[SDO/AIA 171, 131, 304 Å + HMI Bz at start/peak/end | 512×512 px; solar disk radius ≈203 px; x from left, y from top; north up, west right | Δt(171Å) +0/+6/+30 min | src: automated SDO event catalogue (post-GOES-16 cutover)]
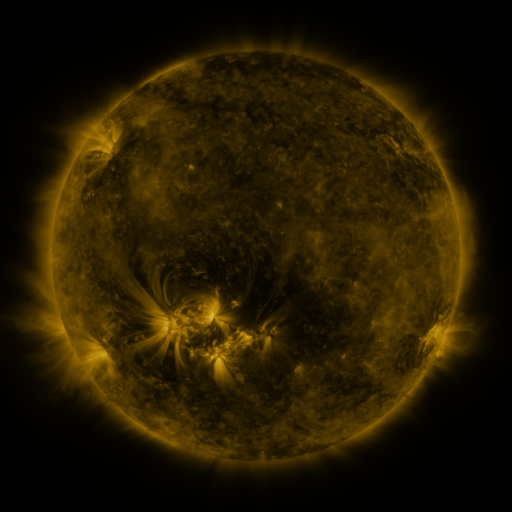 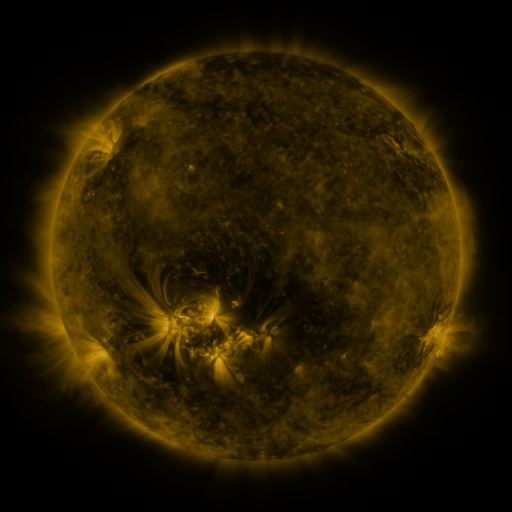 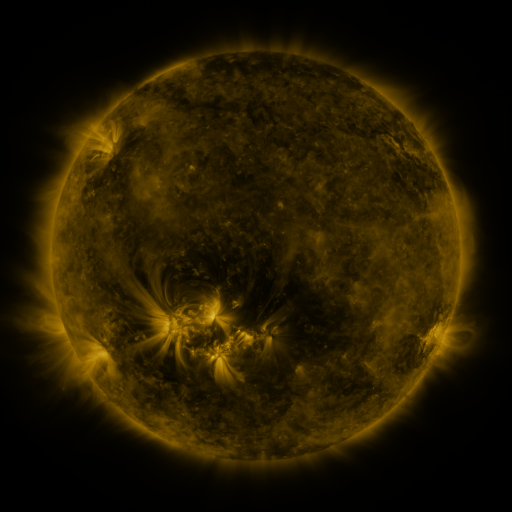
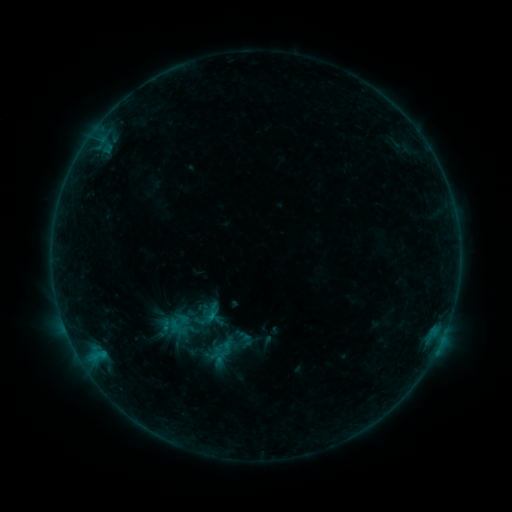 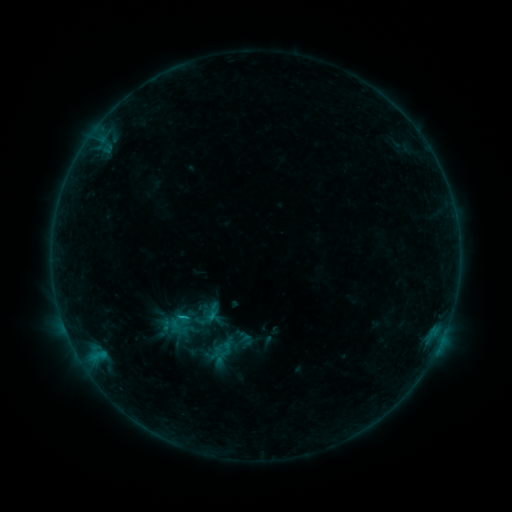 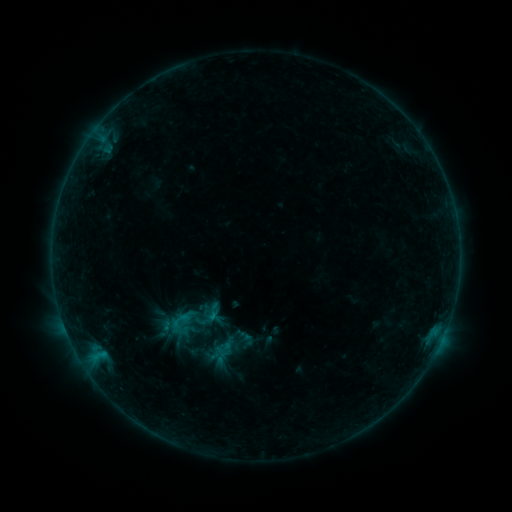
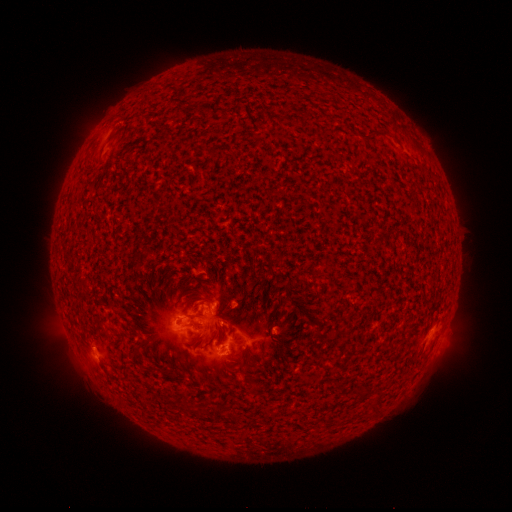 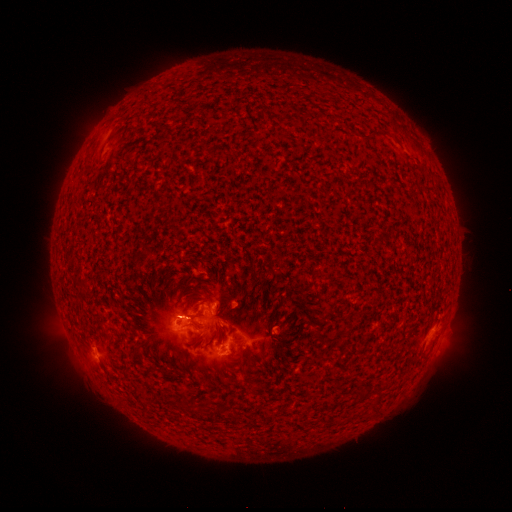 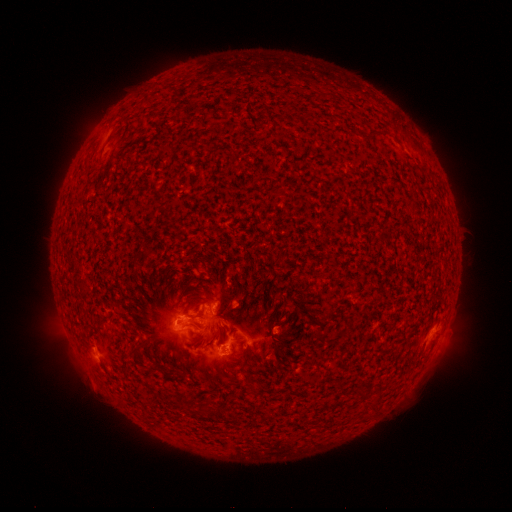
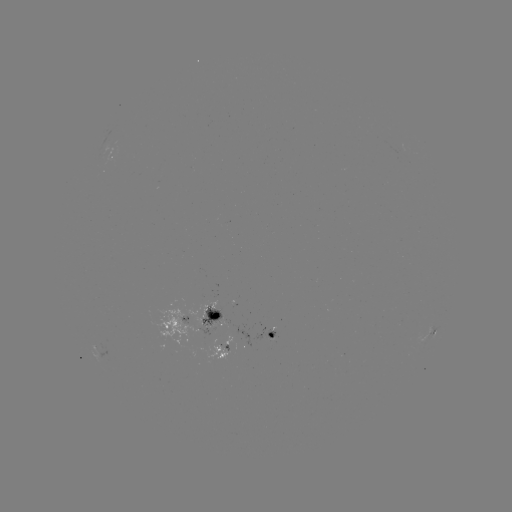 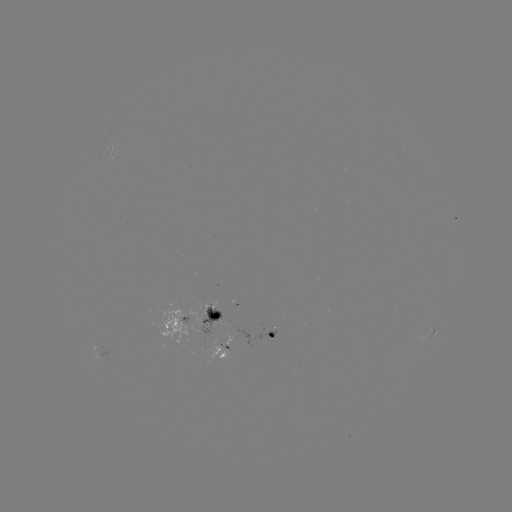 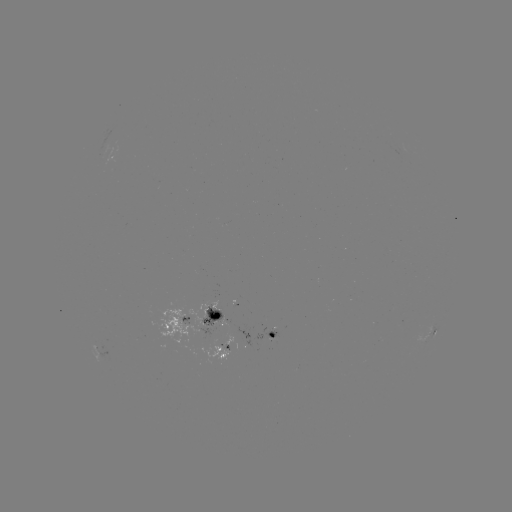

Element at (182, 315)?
C1.2 flare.